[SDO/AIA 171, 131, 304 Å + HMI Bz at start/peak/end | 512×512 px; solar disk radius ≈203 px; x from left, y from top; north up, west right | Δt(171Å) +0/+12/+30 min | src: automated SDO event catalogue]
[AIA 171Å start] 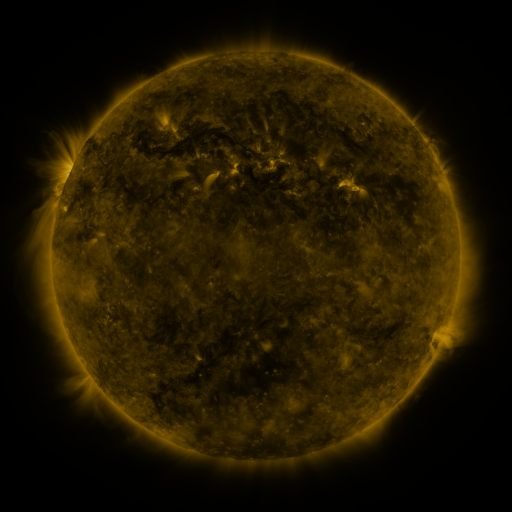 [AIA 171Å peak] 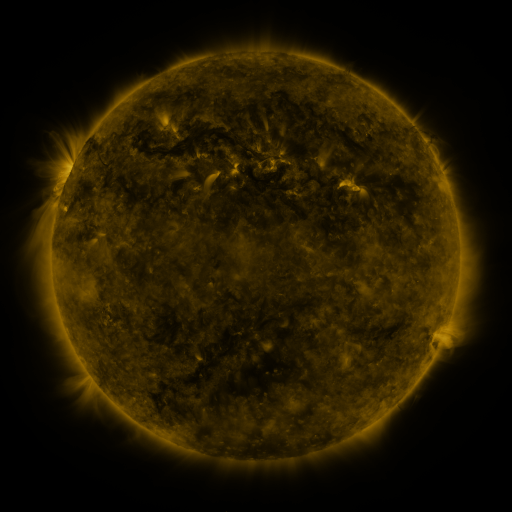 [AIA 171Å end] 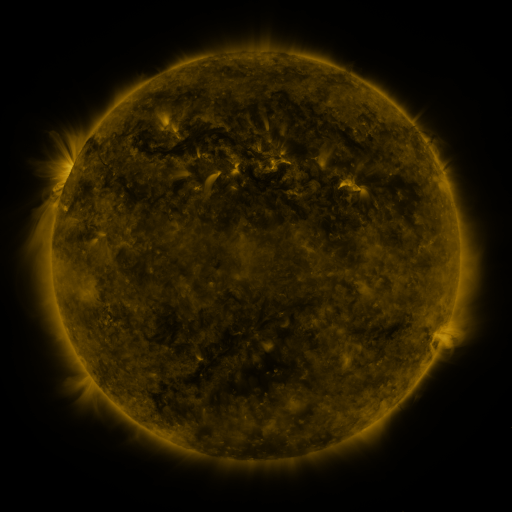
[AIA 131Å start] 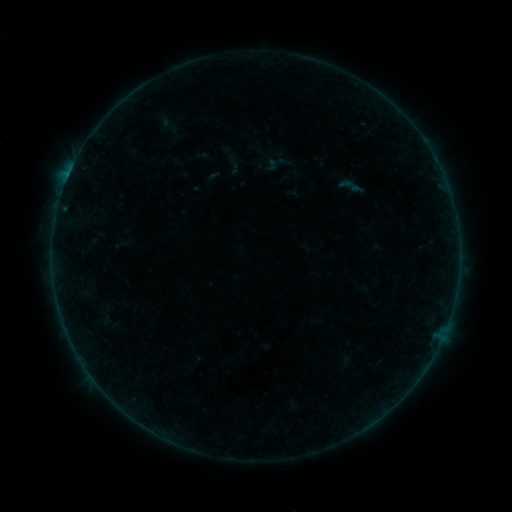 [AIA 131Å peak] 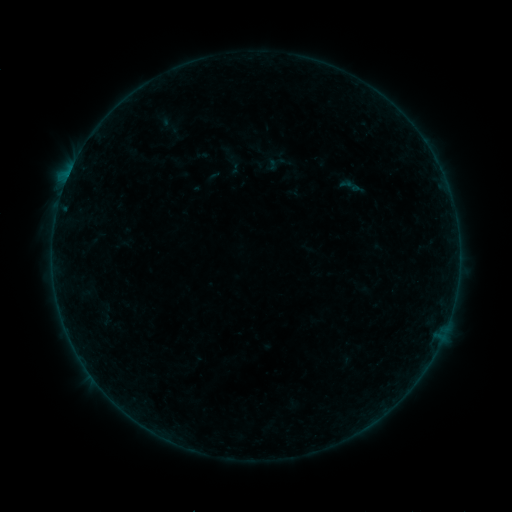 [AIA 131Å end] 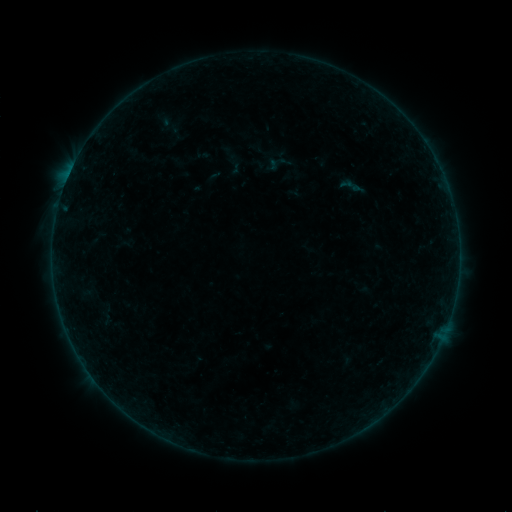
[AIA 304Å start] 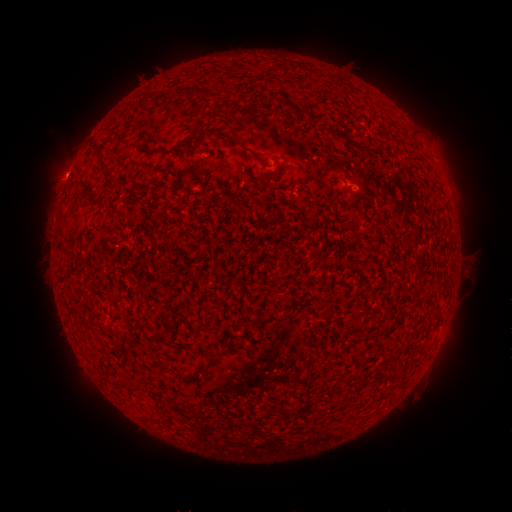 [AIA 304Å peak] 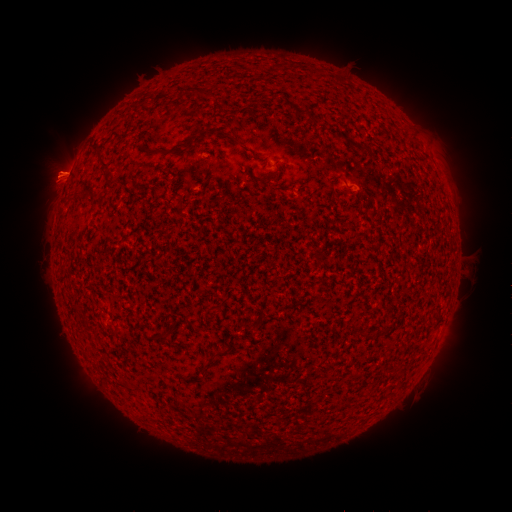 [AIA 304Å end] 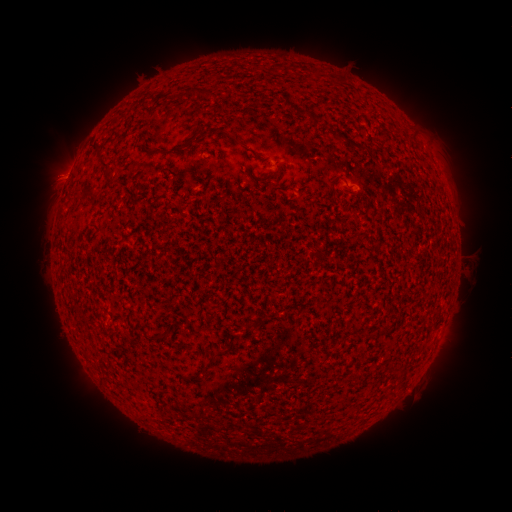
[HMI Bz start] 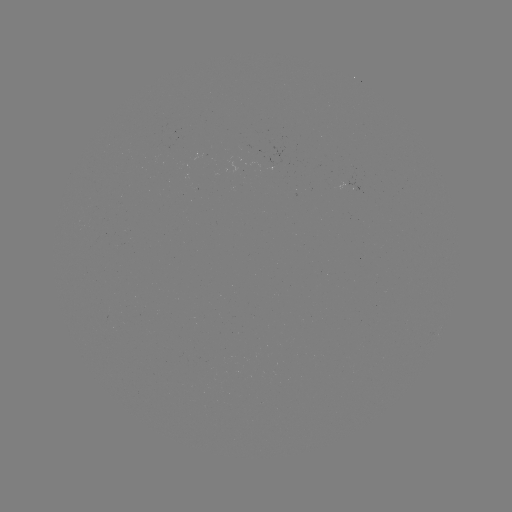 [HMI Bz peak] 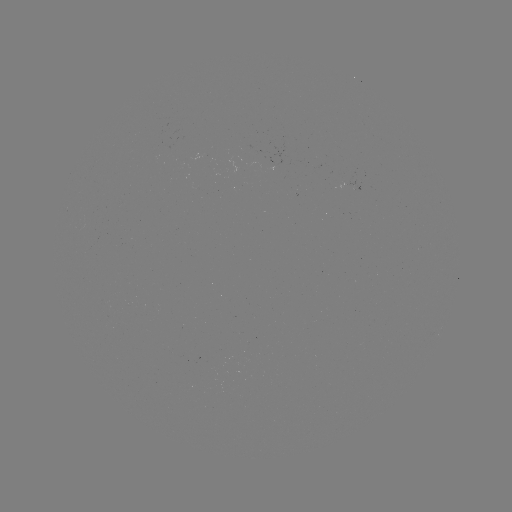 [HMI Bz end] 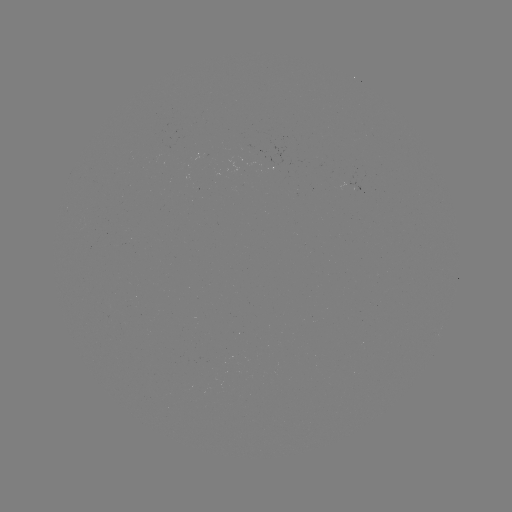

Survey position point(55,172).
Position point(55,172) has eruption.